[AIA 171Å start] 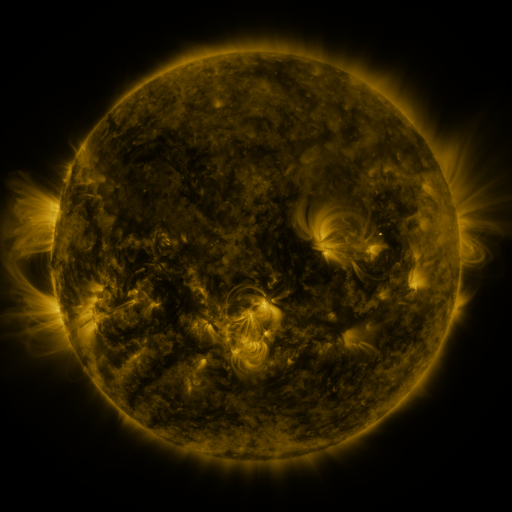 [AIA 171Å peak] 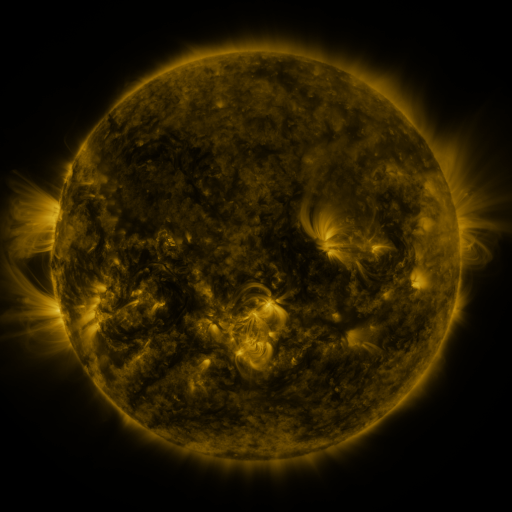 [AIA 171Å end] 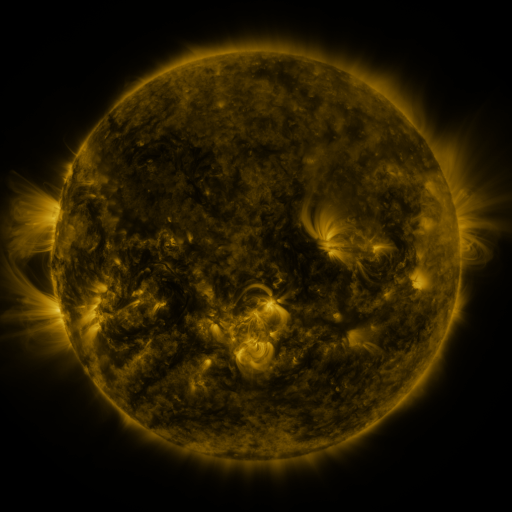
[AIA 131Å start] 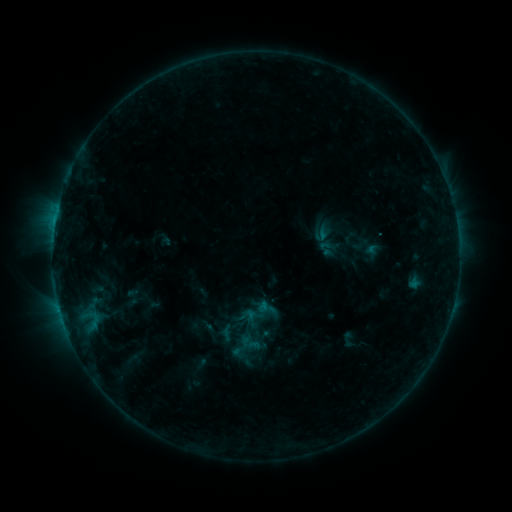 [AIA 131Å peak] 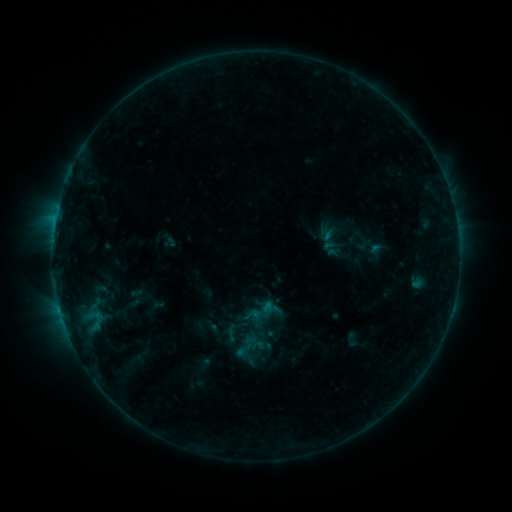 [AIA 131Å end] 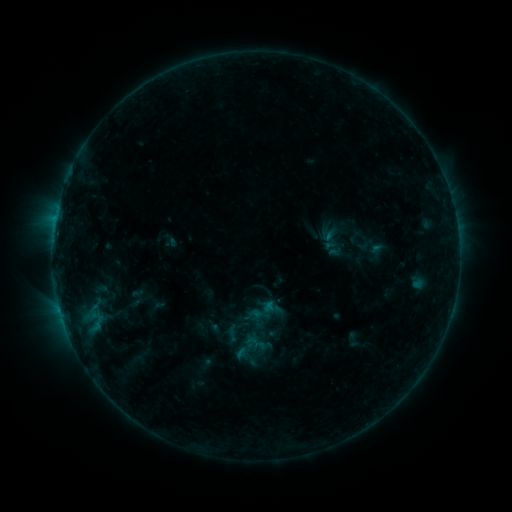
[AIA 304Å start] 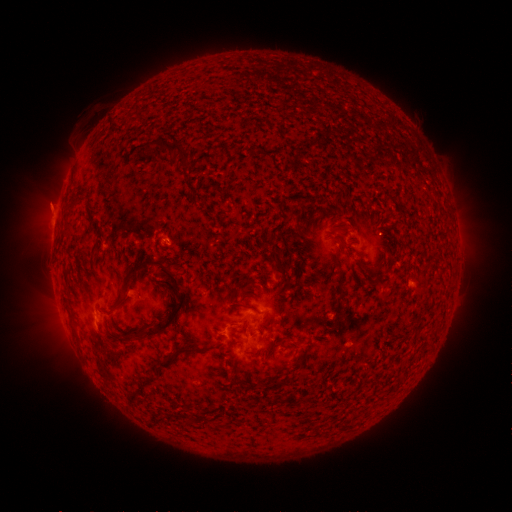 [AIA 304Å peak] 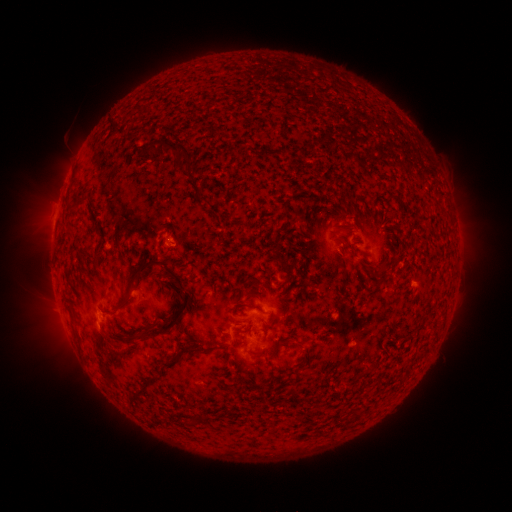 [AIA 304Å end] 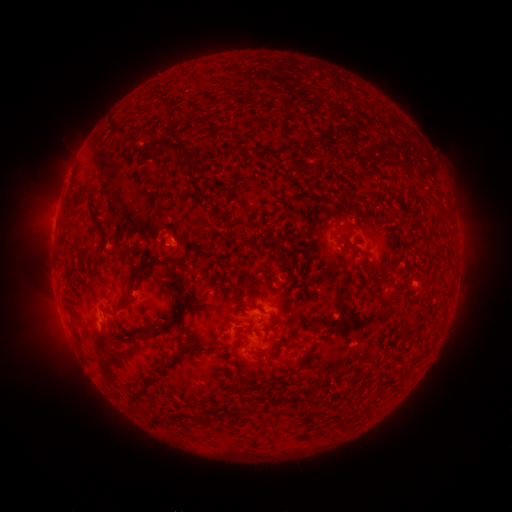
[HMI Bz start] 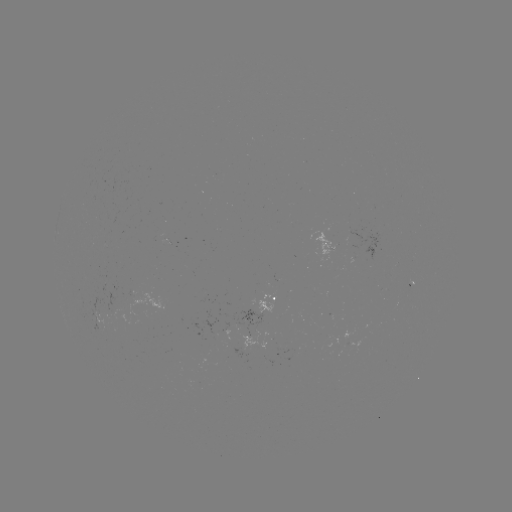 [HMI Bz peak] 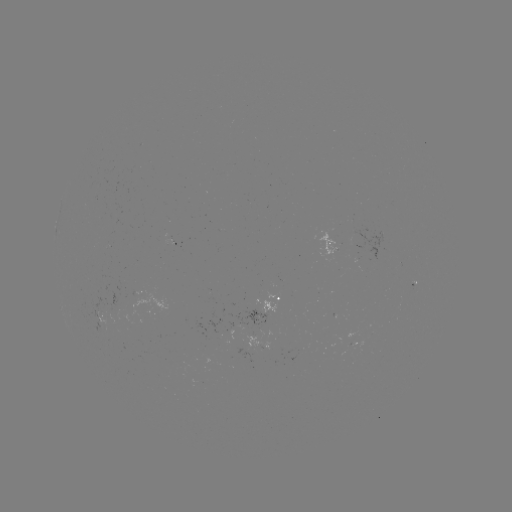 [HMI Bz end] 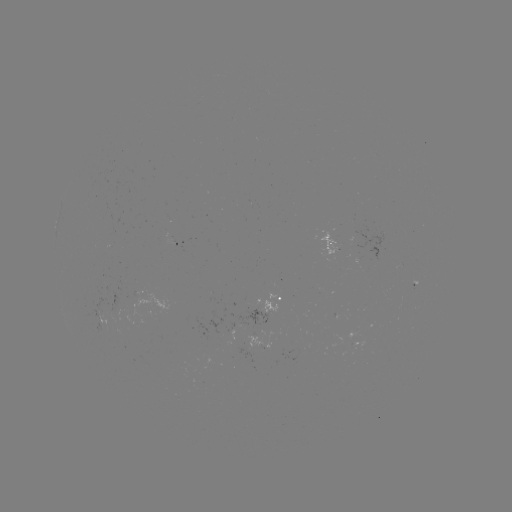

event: emerging-flux region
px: (171, 242)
